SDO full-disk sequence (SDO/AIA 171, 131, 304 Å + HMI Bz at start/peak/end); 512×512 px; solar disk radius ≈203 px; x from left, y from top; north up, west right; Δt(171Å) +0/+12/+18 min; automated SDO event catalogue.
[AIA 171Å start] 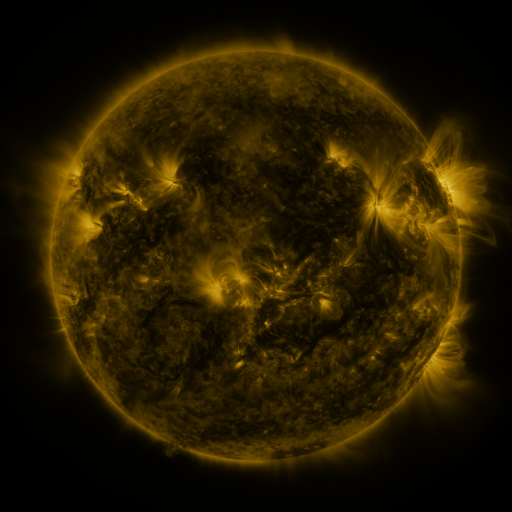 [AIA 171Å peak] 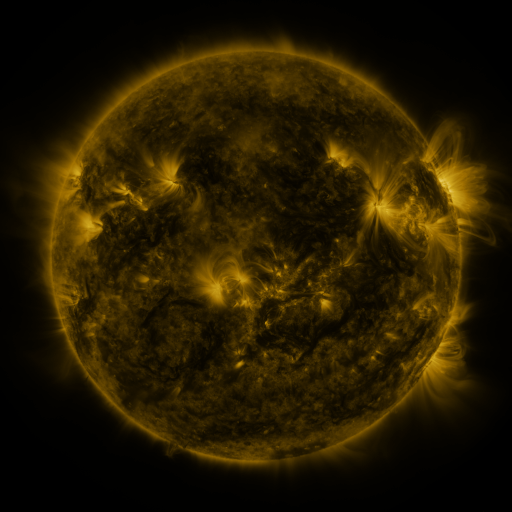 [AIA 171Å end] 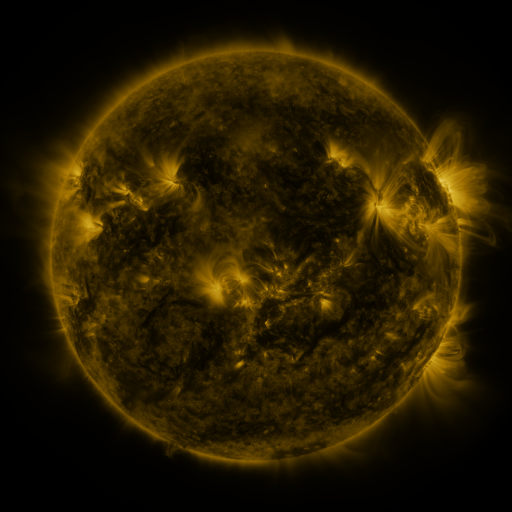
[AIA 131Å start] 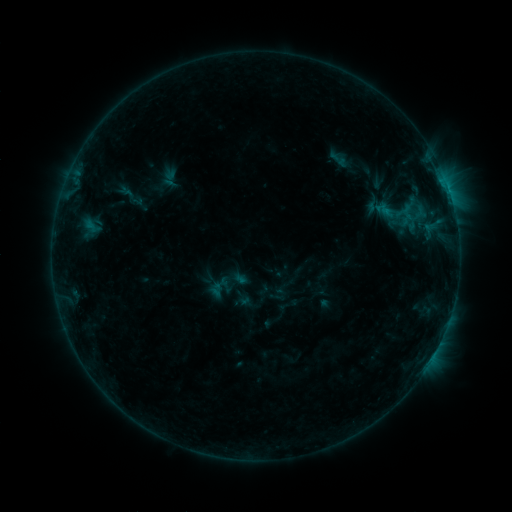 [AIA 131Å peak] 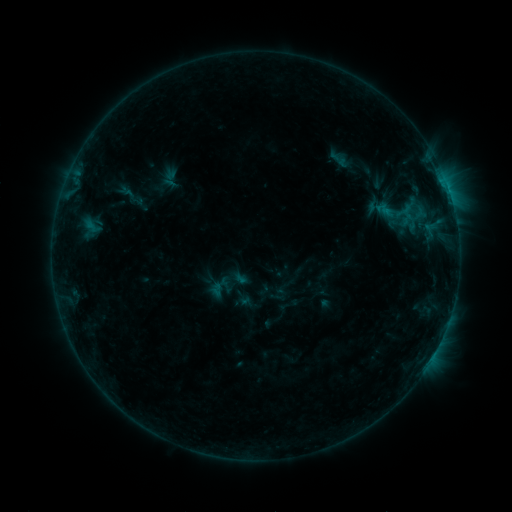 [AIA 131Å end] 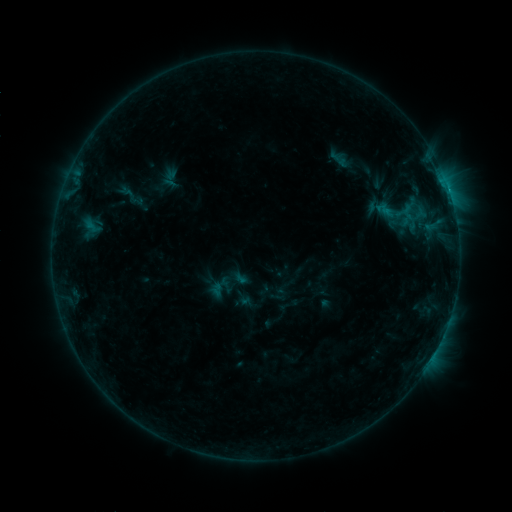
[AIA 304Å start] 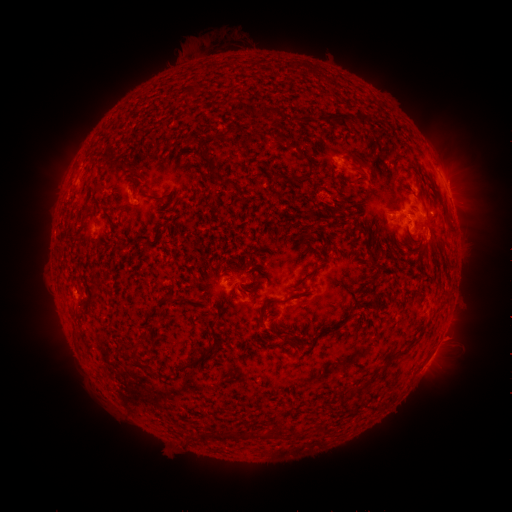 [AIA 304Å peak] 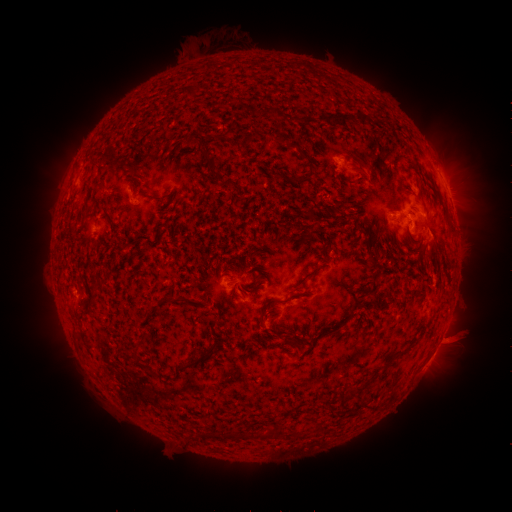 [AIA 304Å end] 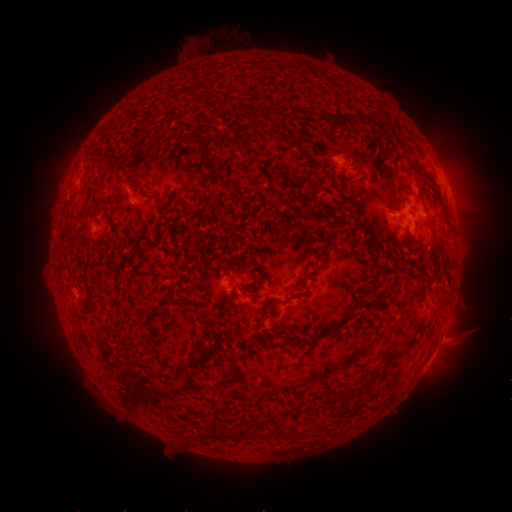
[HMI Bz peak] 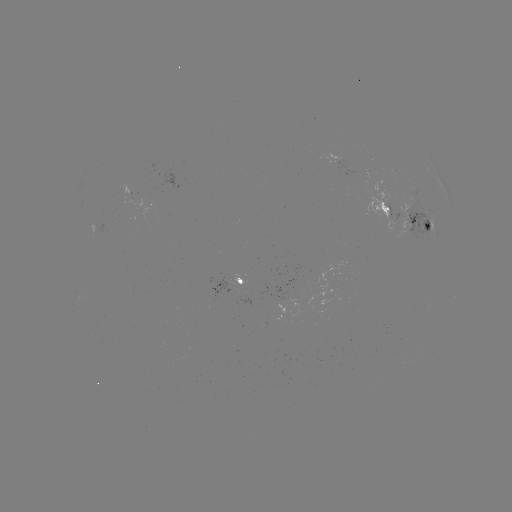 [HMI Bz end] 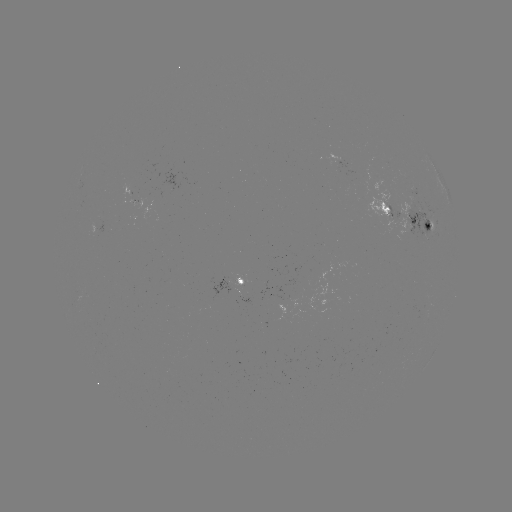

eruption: [411, 215, 461, 292]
